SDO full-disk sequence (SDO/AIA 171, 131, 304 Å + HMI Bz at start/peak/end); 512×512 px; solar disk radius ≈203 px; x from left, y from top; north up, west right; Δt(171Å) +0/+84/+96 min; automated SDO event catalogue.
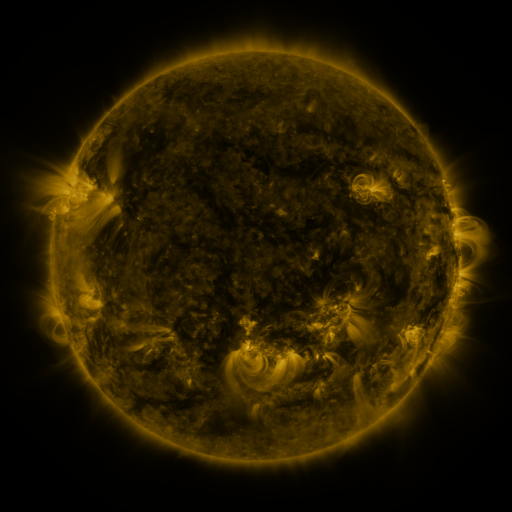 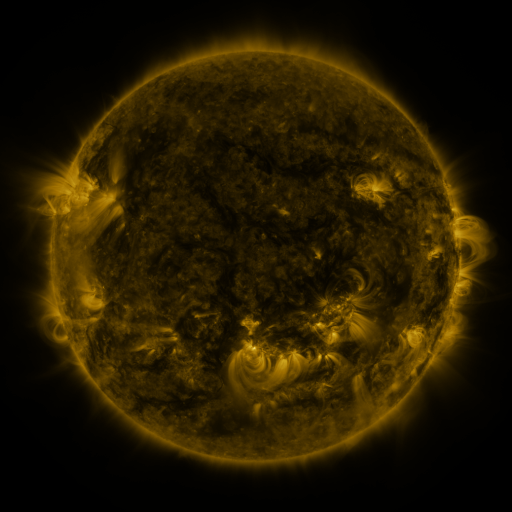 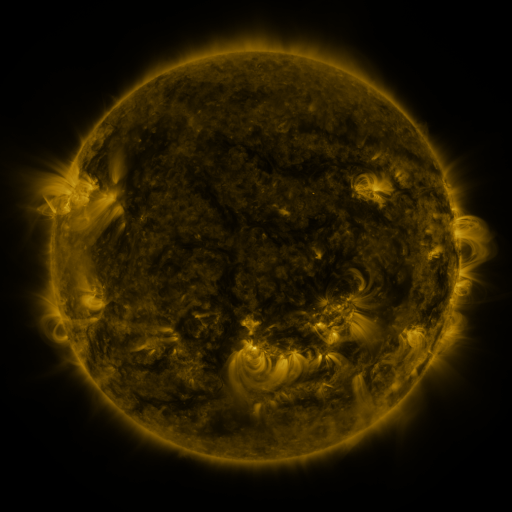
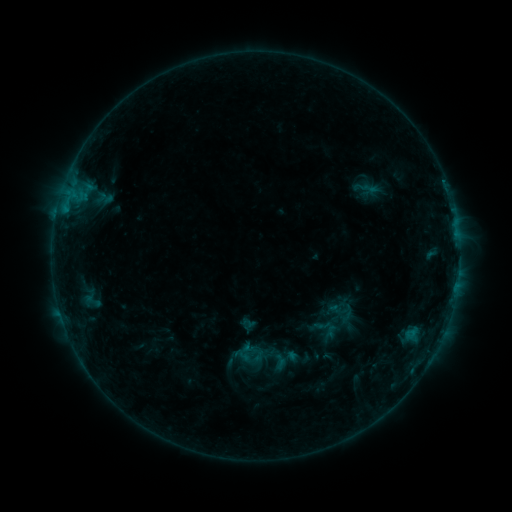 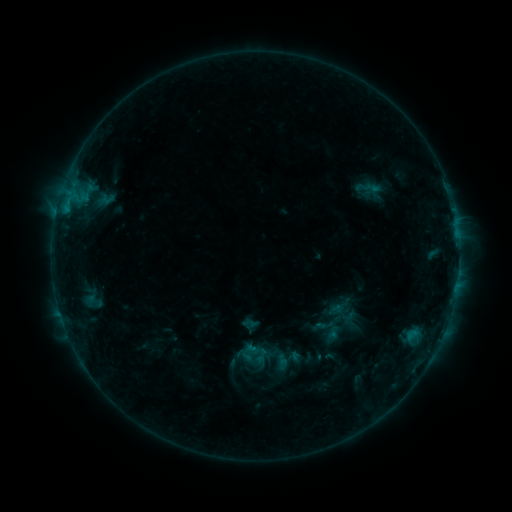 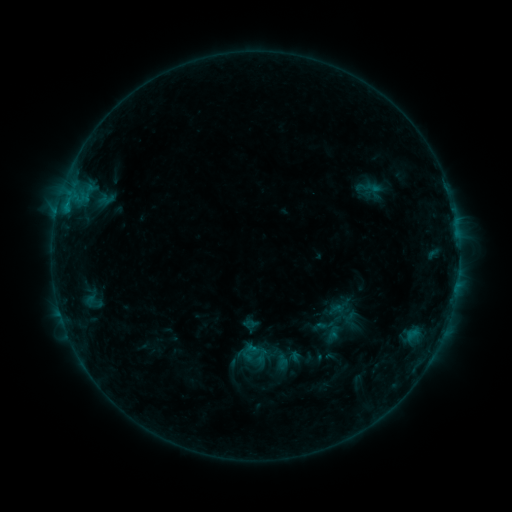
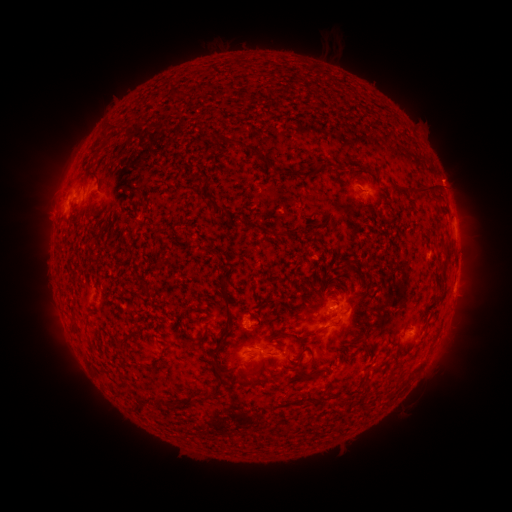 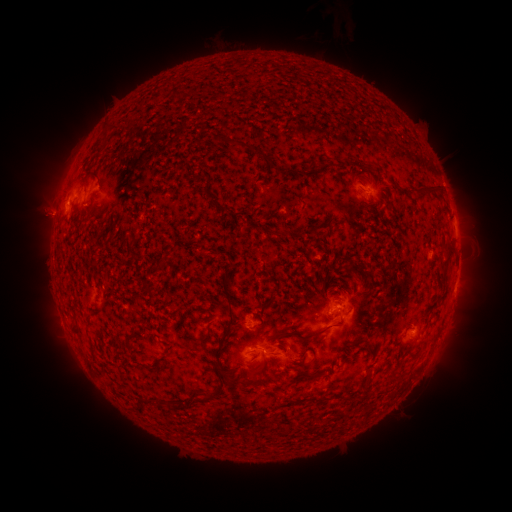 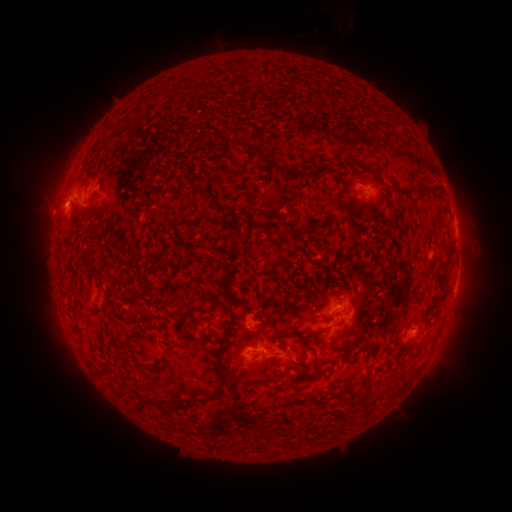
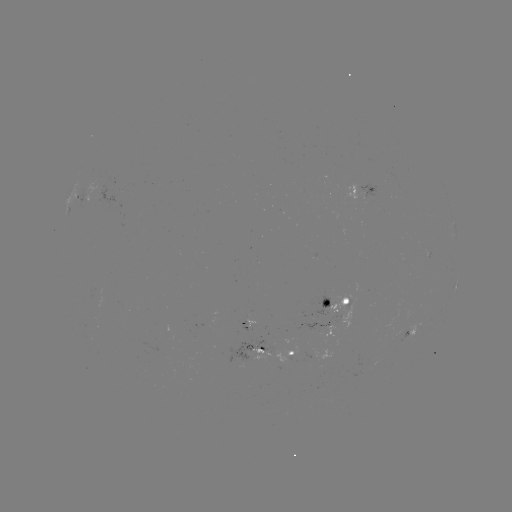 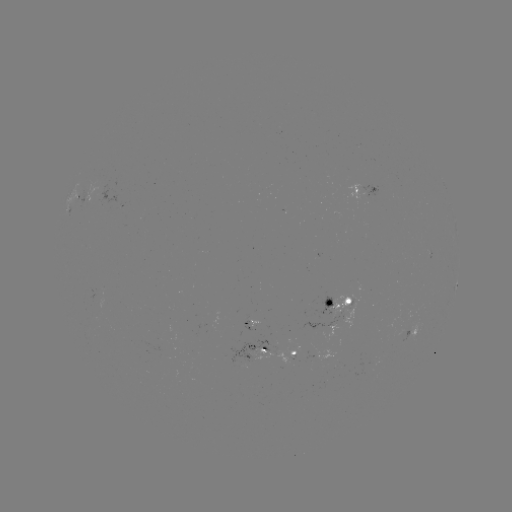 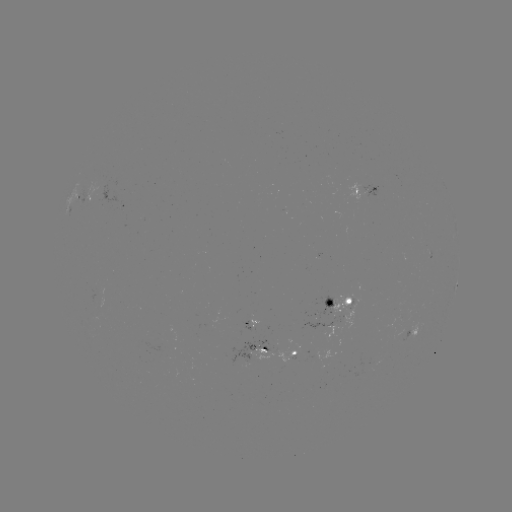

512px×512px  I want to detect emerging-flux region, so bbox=[96, 176, 118, 205].